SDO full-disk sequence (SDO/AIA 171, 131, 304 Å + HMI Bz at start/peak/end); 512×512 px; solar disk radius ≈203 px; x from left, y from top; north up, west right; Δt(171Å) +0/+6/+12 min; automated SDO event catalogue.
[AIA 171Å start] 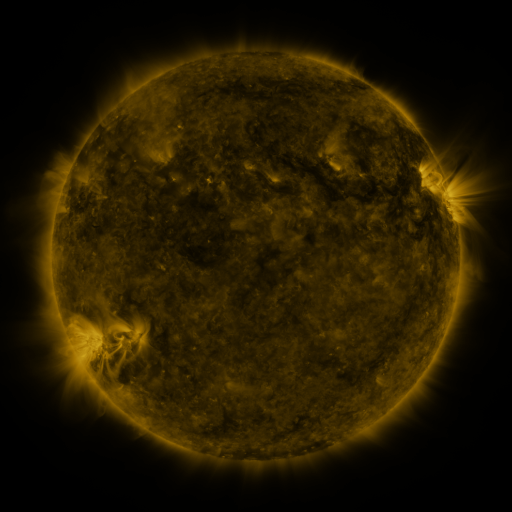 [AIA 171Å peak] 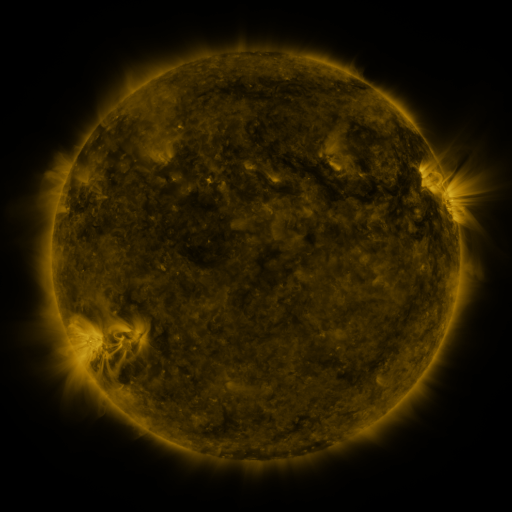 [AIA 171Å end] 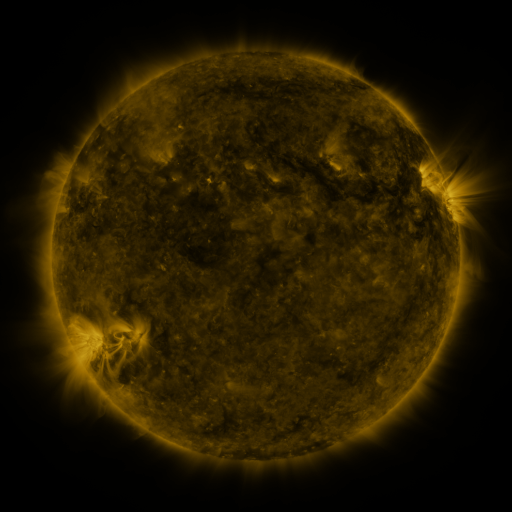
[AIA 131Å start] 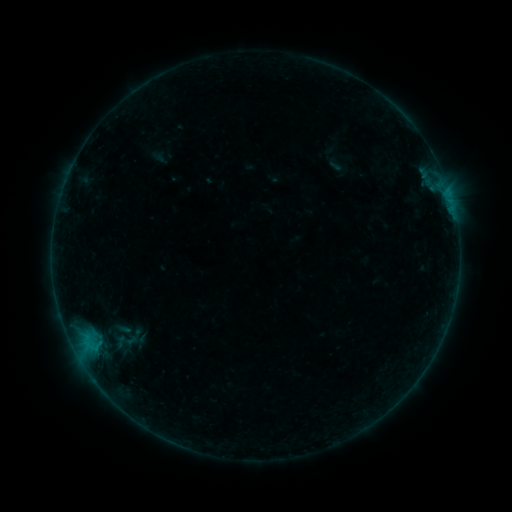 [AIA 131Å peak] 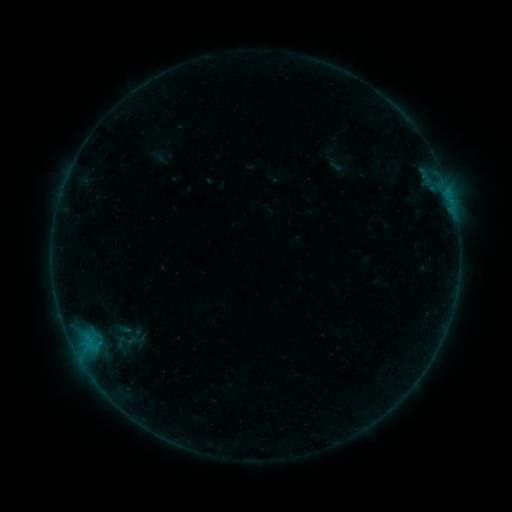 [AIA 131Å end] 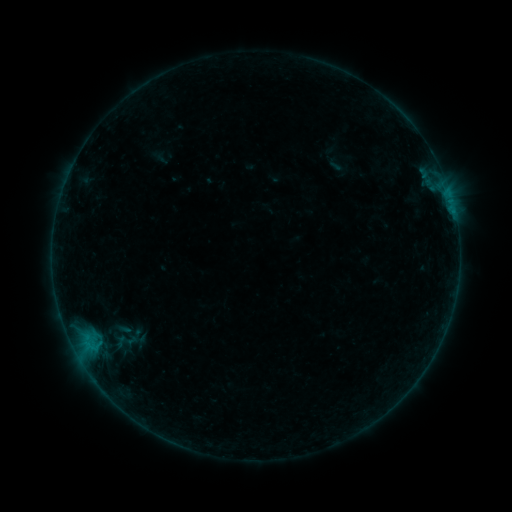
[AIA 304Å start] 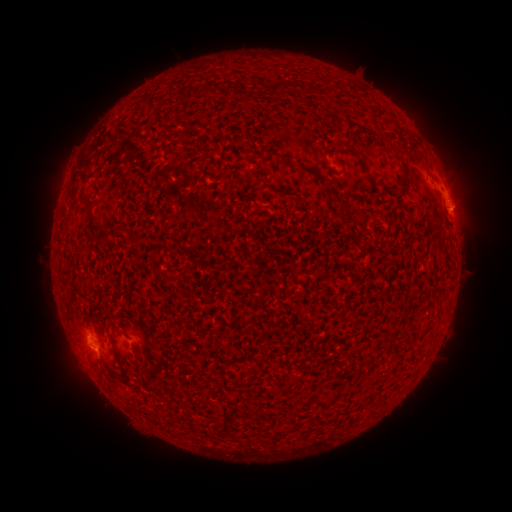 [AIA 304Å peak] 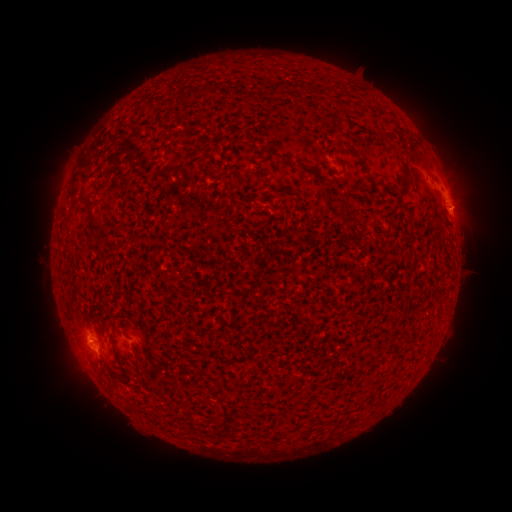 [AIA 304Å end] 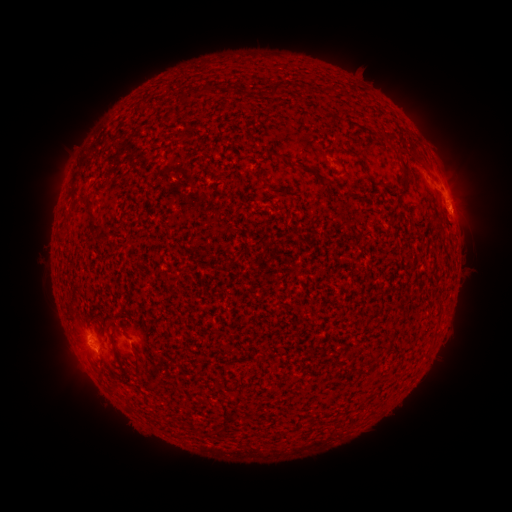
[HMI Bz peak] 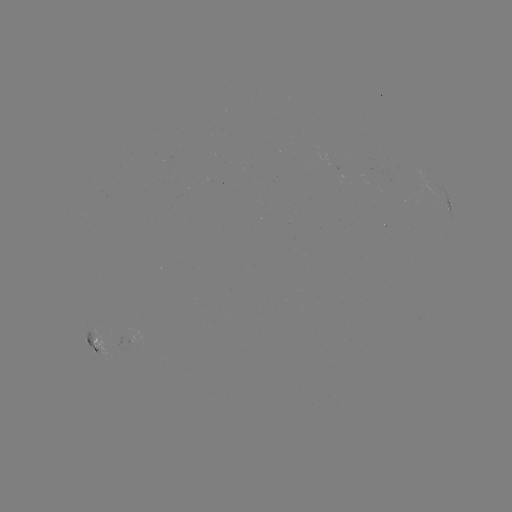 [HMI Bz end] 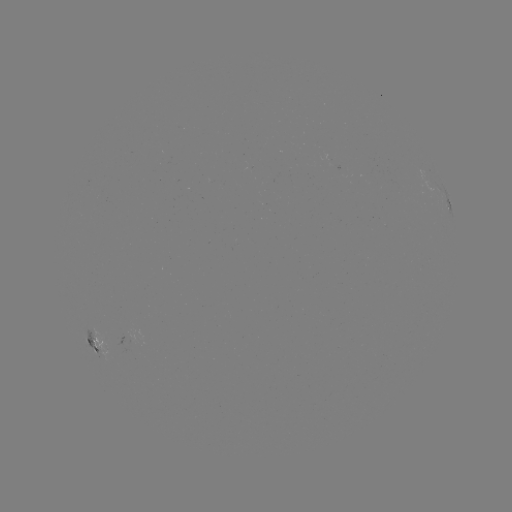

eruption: (440, 182, 494, 229)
